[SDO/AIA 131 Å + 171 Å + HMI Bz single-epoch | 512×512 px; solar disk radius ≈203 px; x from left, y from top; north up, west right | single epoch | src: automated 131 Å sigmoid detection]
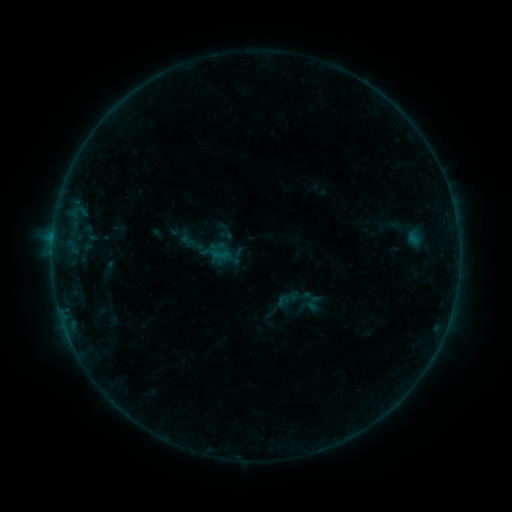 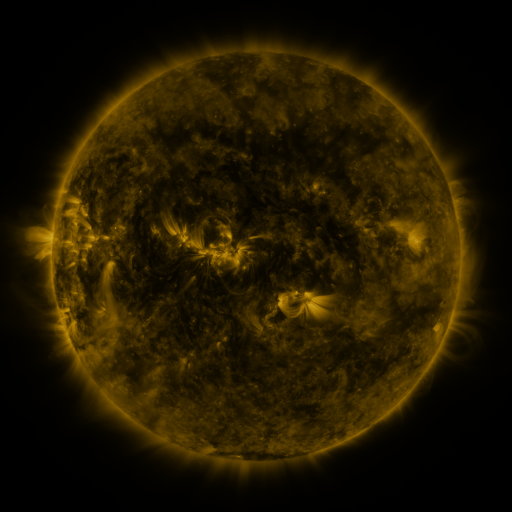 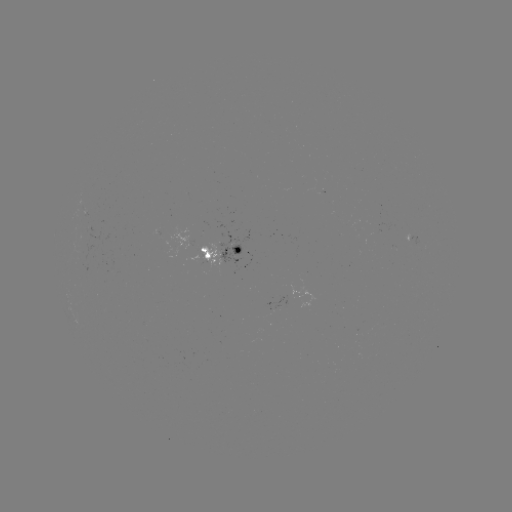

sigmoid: <bbox>178, 231, 196, 250</bbox>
